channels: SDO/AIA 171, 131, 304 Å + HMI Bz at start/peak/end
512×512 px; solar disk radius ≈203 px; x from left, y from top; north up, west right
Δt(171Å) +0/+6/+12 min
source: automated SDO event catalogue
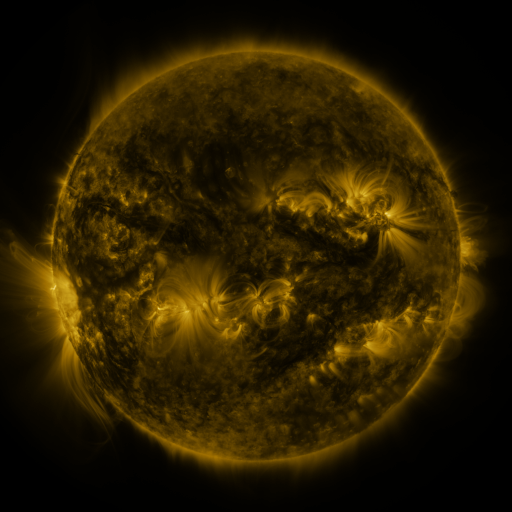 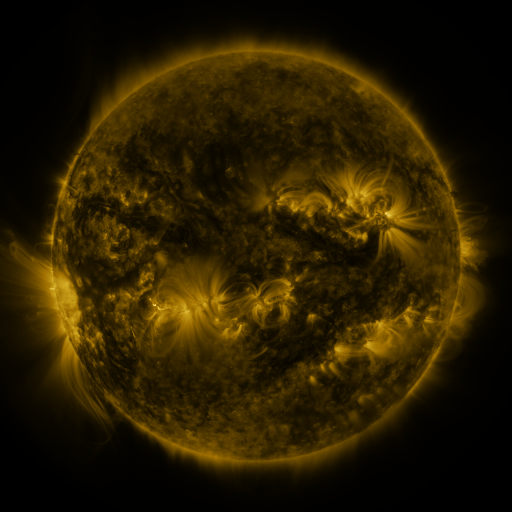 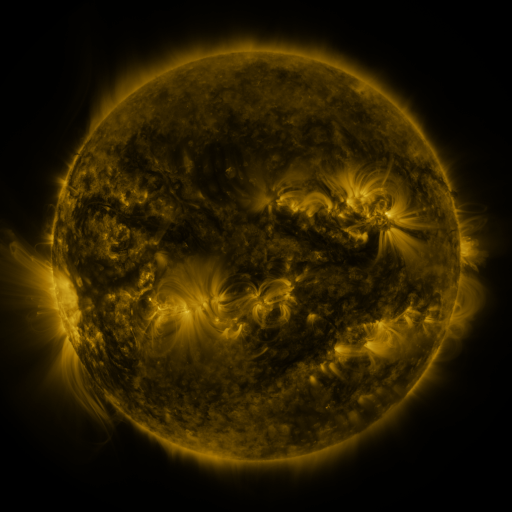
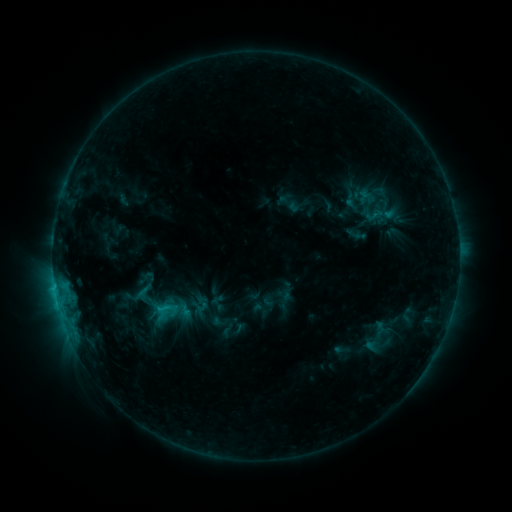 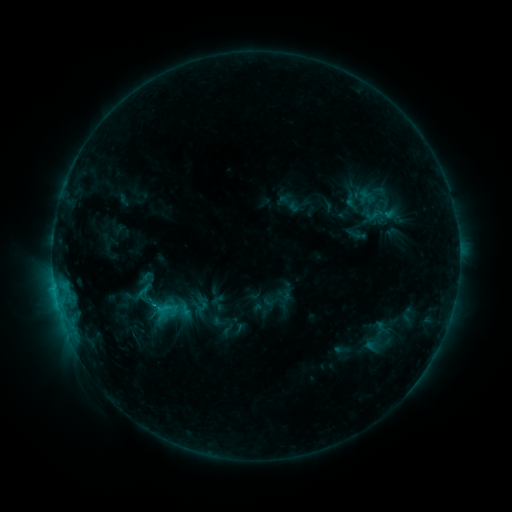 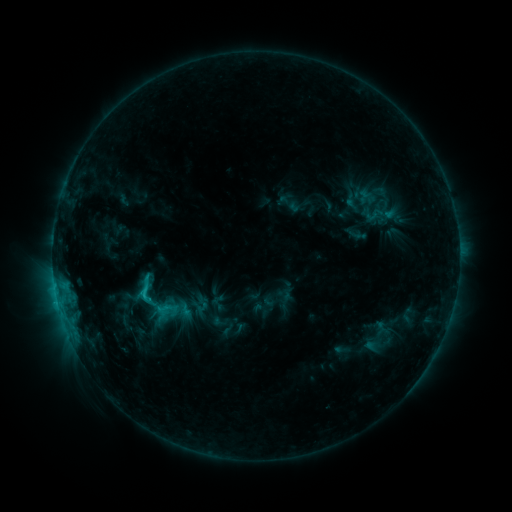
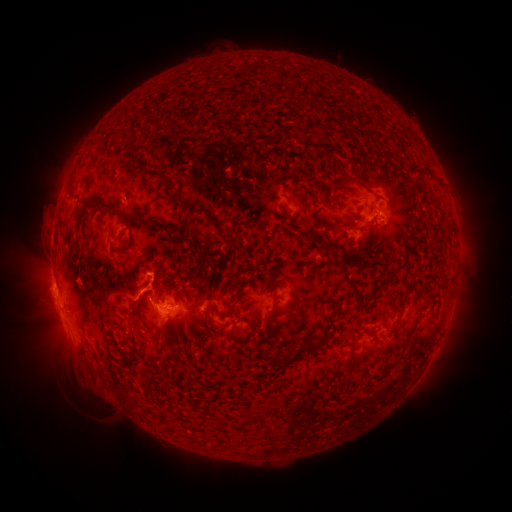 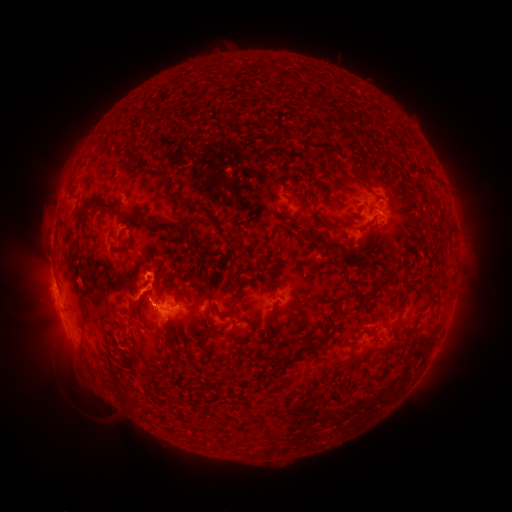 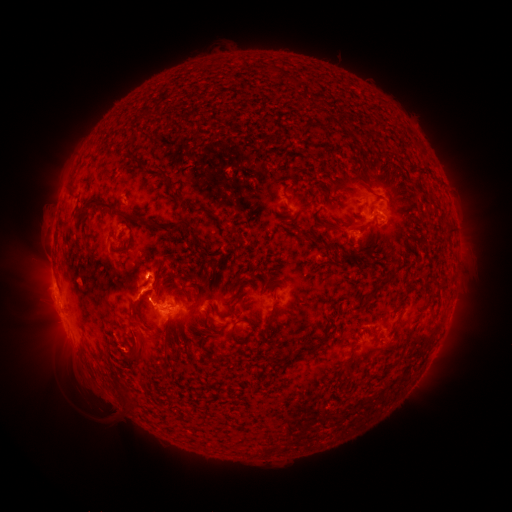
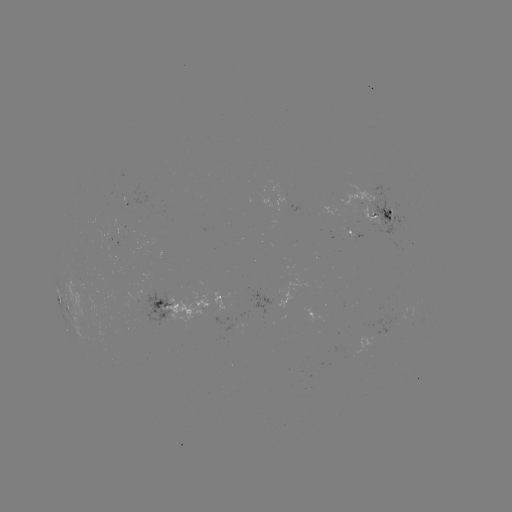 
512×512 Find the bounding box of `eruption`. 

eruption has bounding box [126, 252, 166, 286].